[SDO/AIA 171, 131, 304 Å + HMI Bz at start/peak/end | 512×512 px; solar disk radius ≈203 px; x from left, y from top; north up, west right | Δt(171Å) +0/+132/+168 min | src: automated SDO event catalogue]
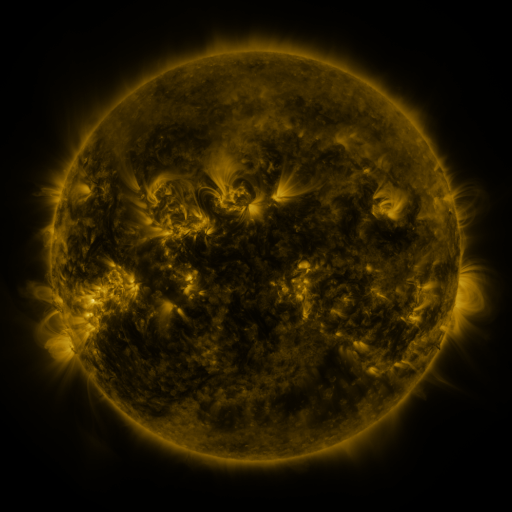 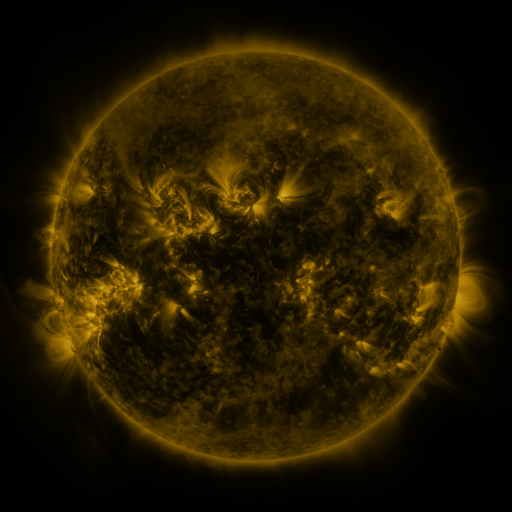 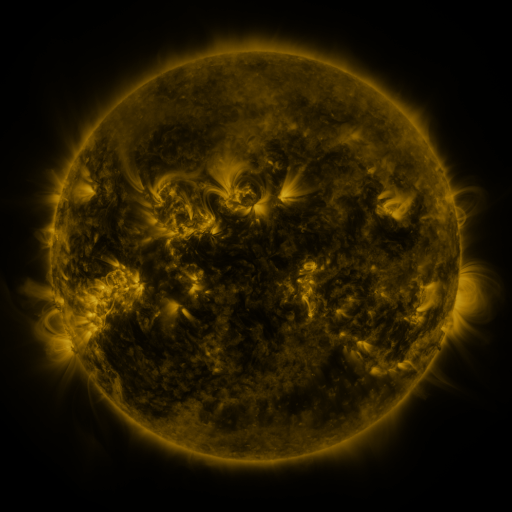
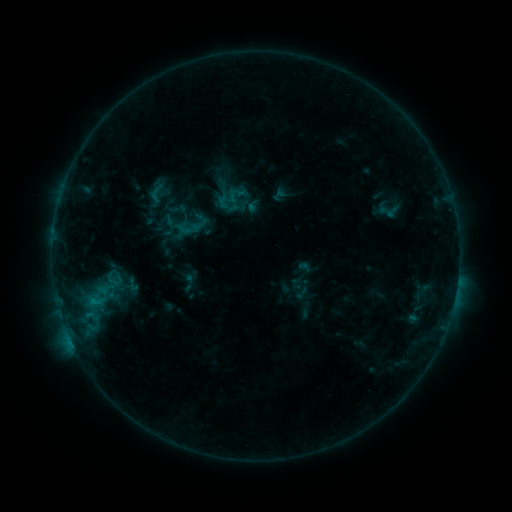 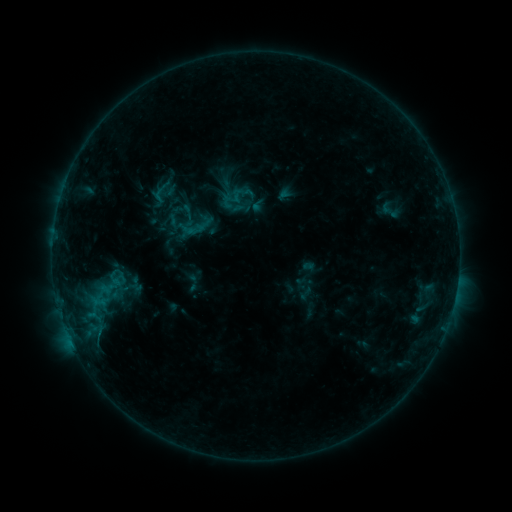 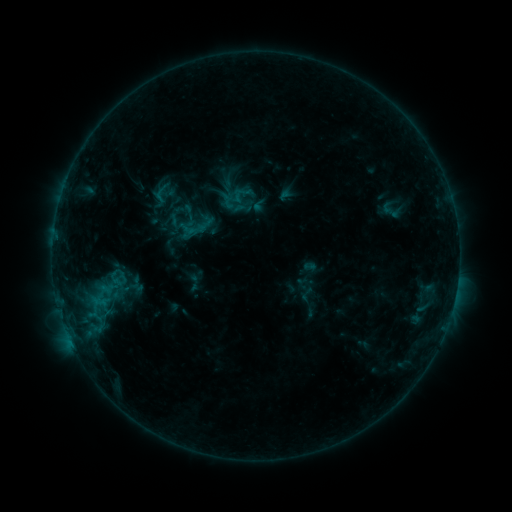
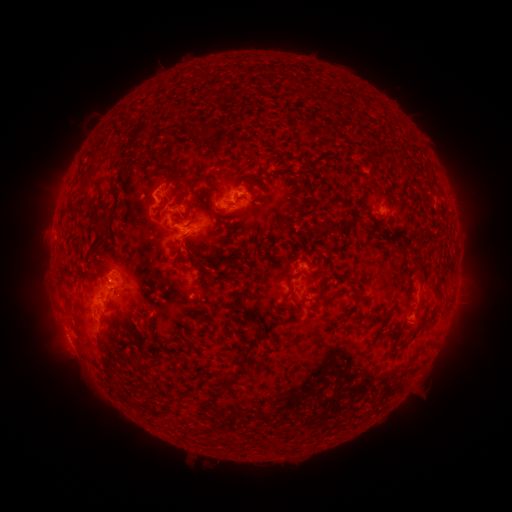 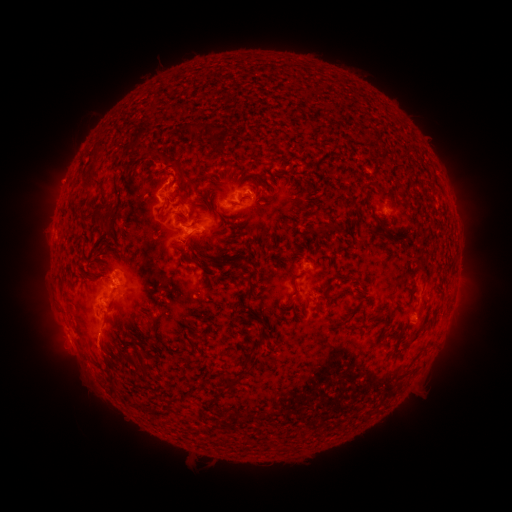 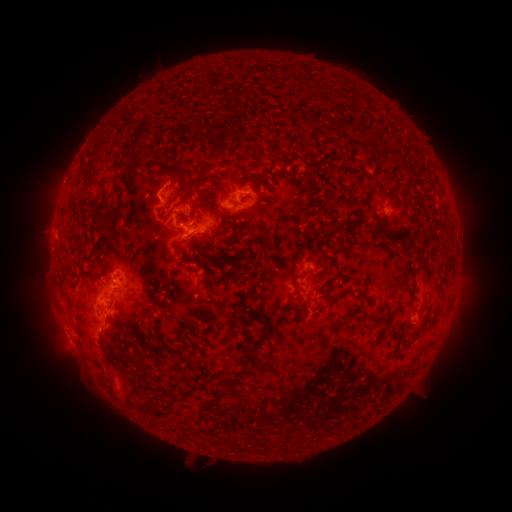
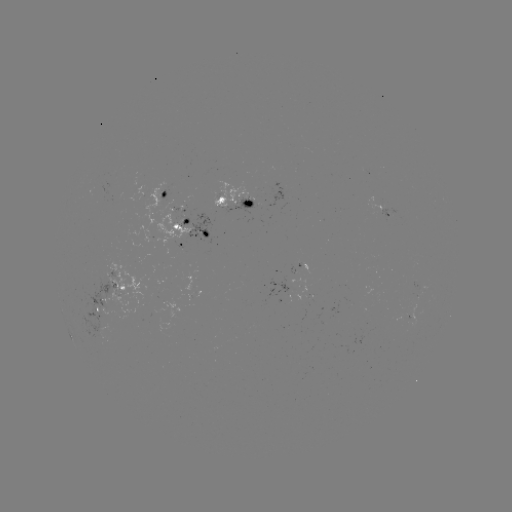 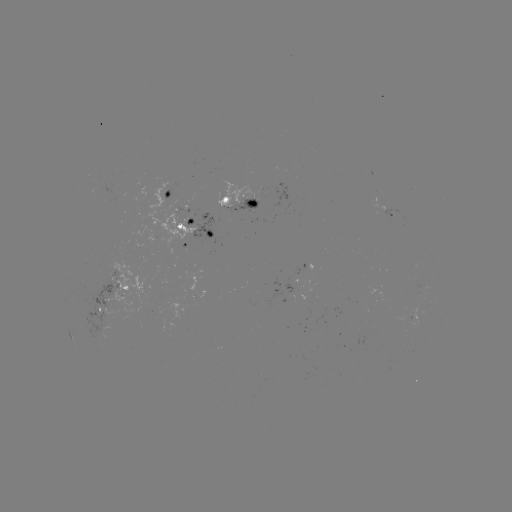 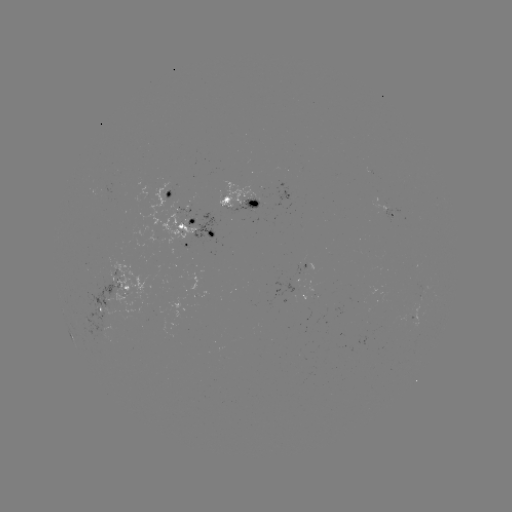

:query emerging-flux region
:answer [183, 208]